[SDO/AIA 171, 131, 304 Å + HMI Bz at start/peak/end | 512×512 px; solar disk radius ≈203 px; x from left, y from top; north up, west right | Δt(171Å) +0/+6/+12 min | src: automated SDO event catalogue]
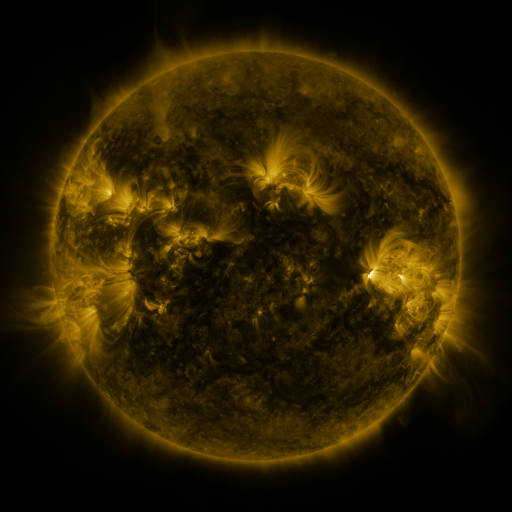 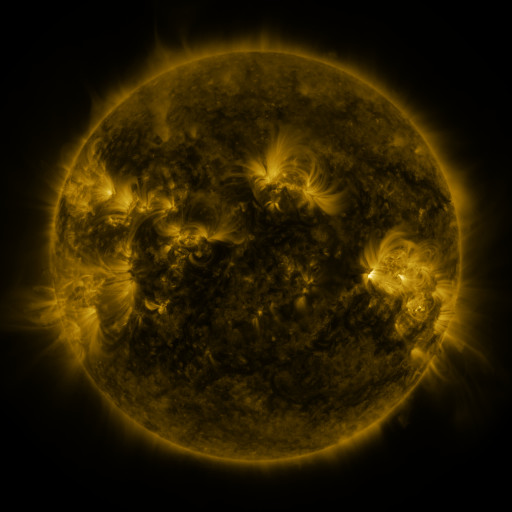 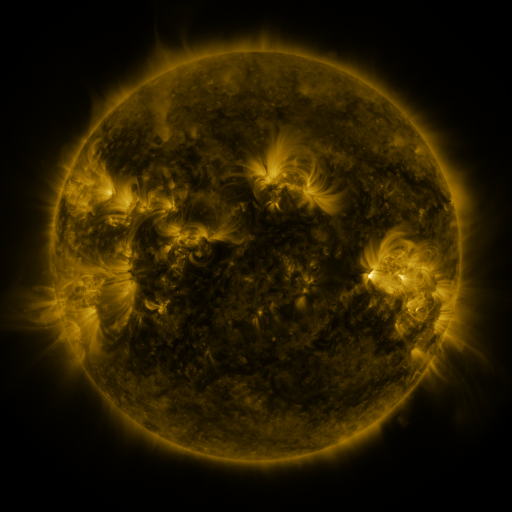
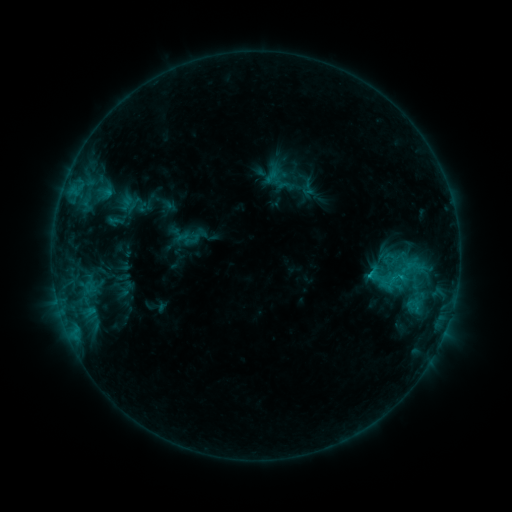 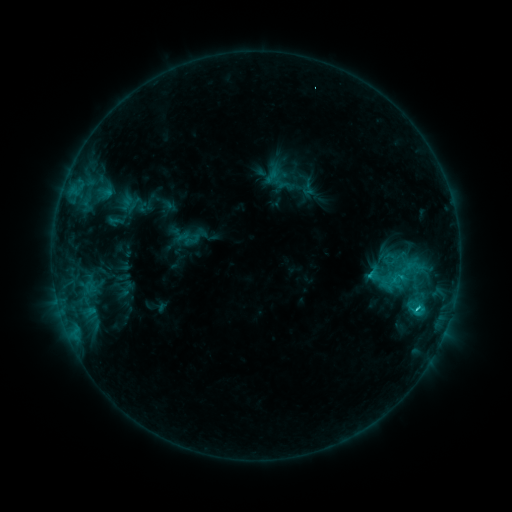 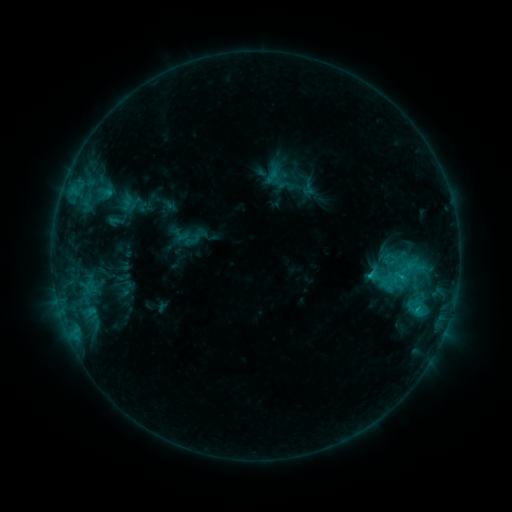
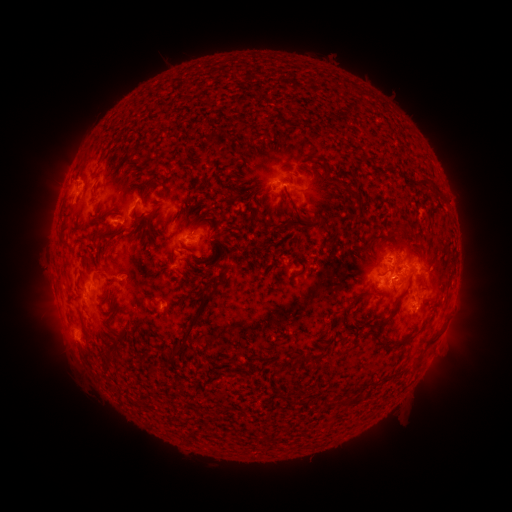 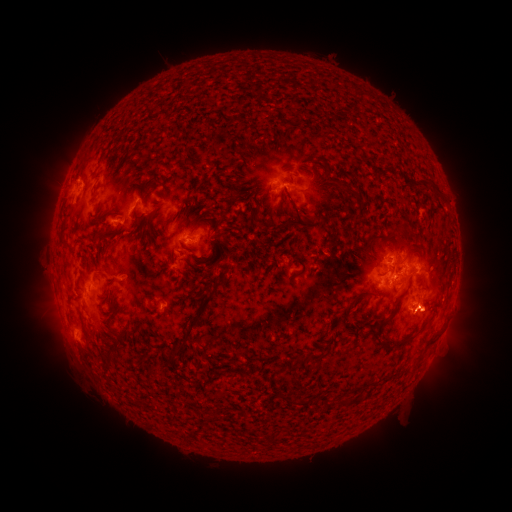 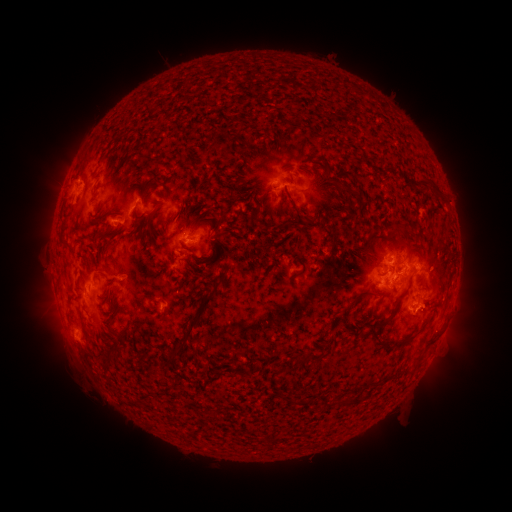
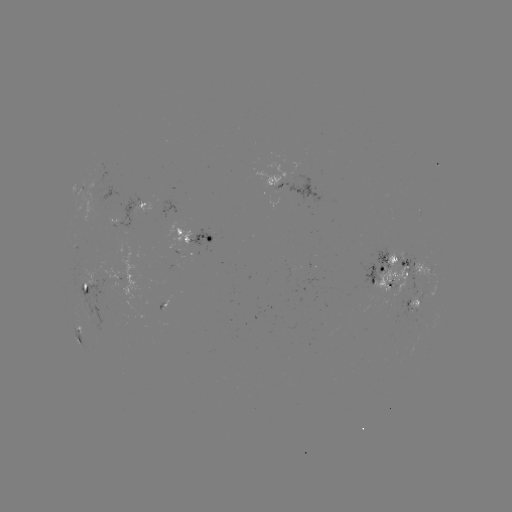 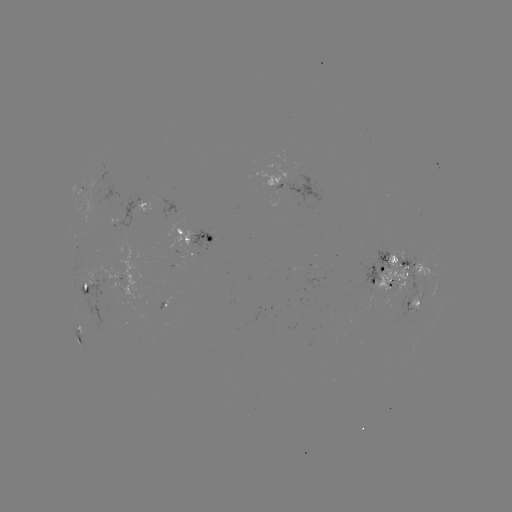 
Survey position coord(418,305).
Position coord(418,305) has C1.9 flare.